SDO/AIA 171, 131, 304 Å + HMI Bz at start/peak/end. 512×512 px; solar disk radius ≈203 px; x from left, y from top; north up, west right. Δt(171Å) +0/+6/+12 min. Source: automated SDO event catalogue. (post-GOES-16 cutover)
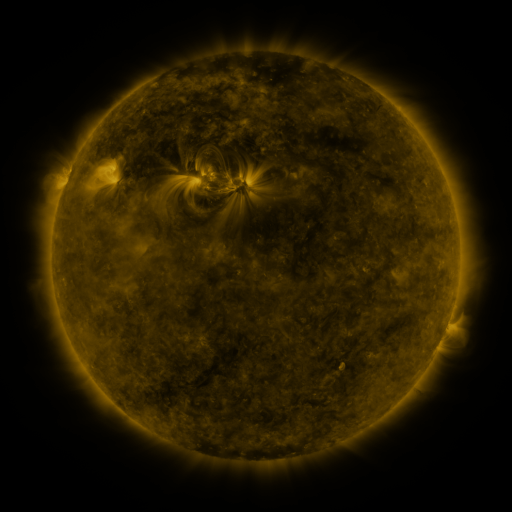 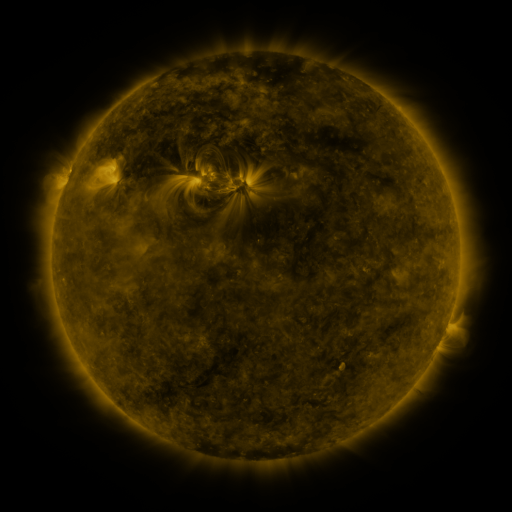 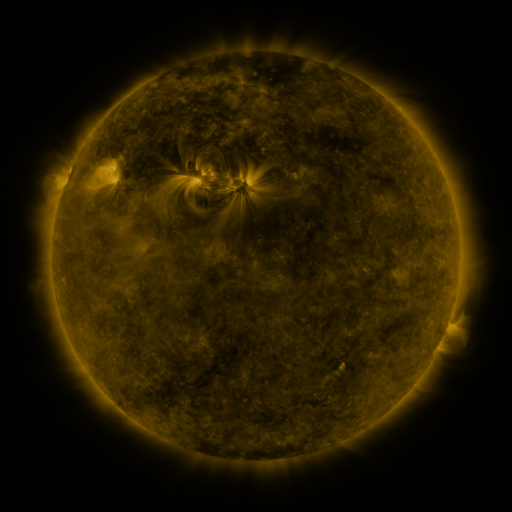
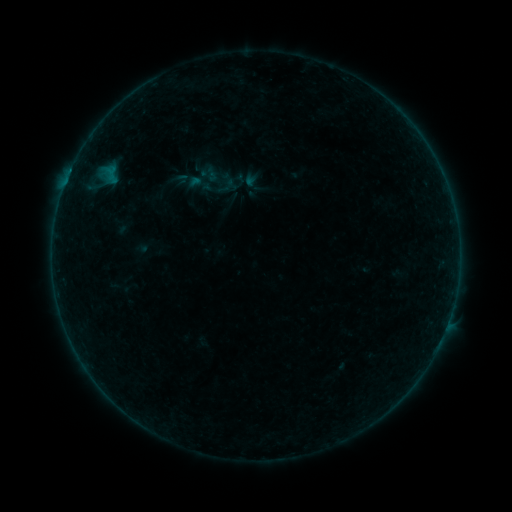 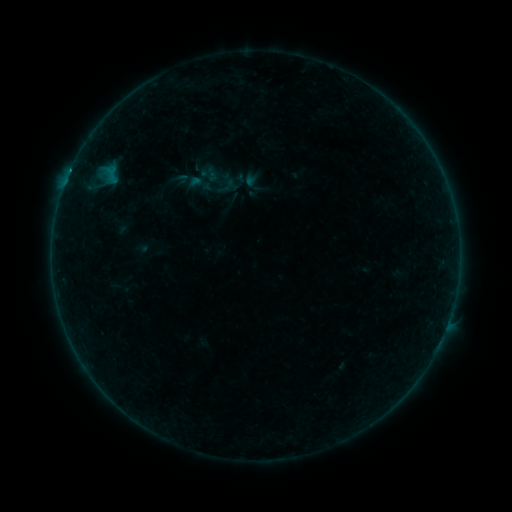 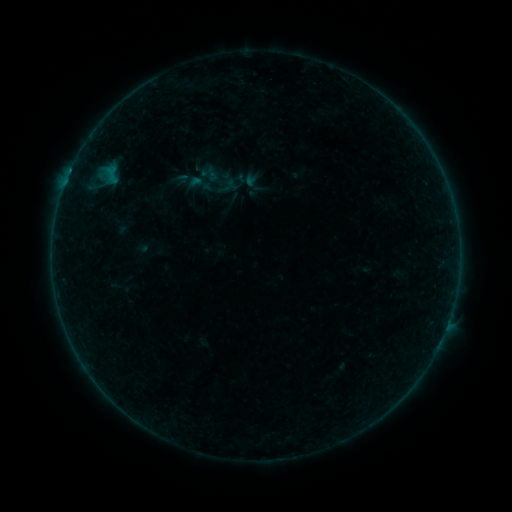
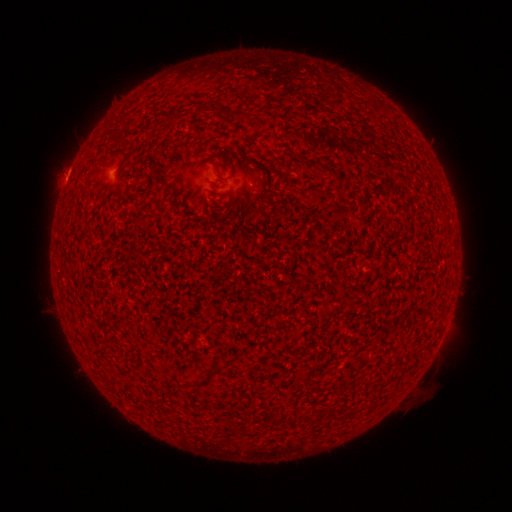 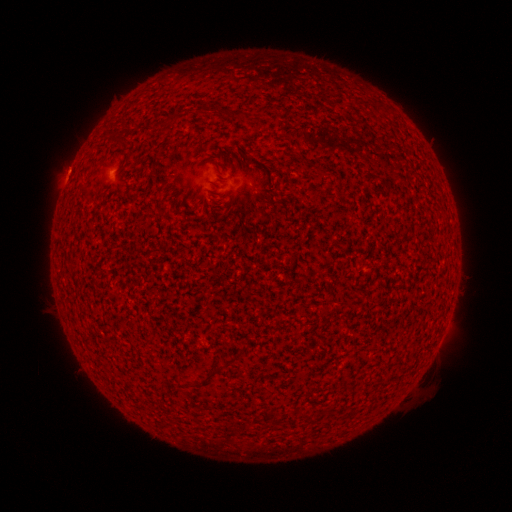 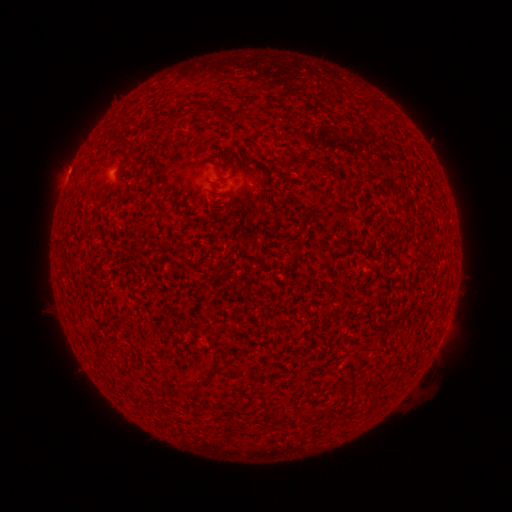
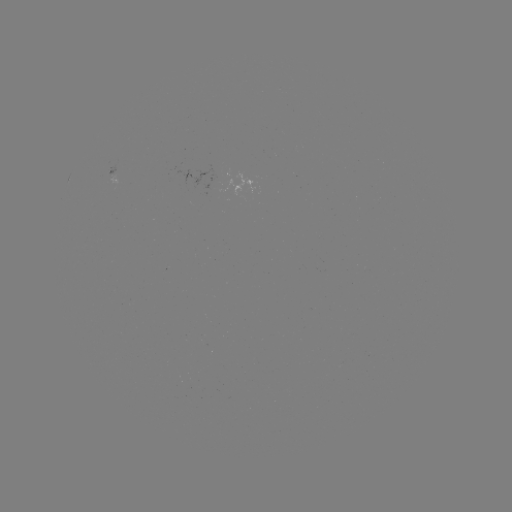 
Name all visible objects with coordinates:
B2.7 flare: (70, 174)
